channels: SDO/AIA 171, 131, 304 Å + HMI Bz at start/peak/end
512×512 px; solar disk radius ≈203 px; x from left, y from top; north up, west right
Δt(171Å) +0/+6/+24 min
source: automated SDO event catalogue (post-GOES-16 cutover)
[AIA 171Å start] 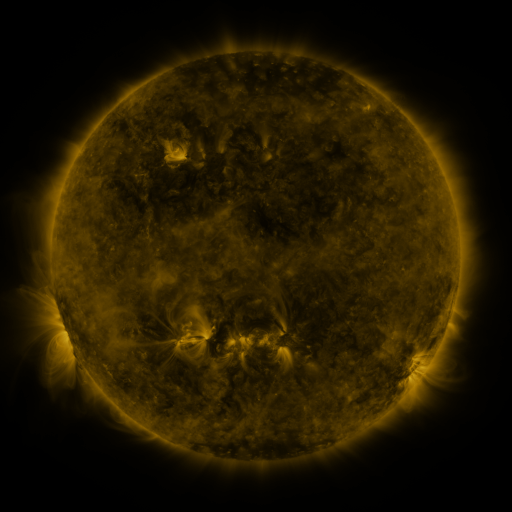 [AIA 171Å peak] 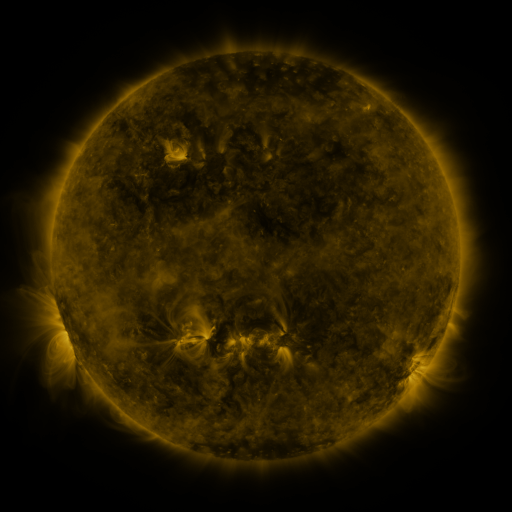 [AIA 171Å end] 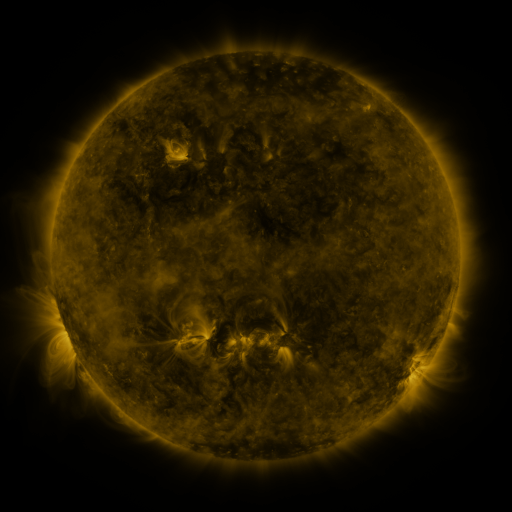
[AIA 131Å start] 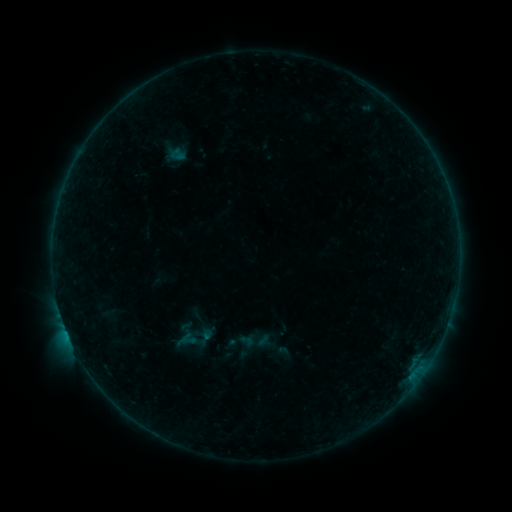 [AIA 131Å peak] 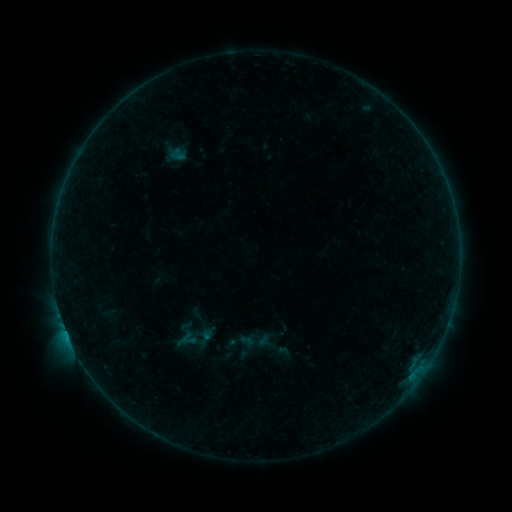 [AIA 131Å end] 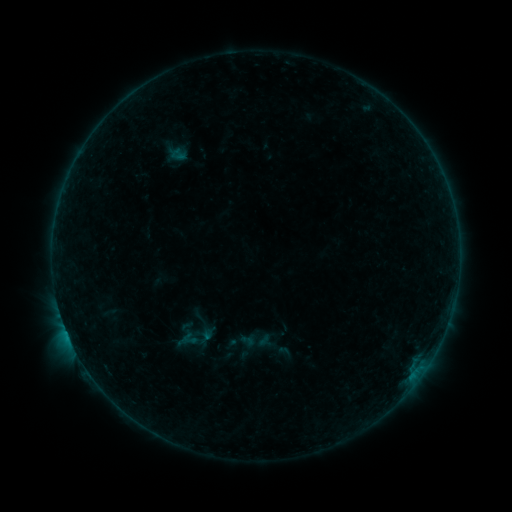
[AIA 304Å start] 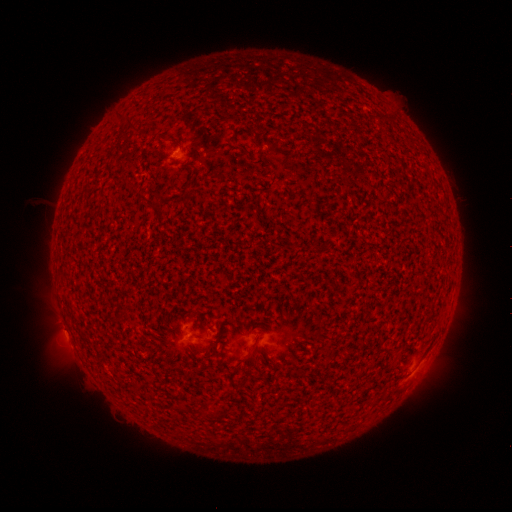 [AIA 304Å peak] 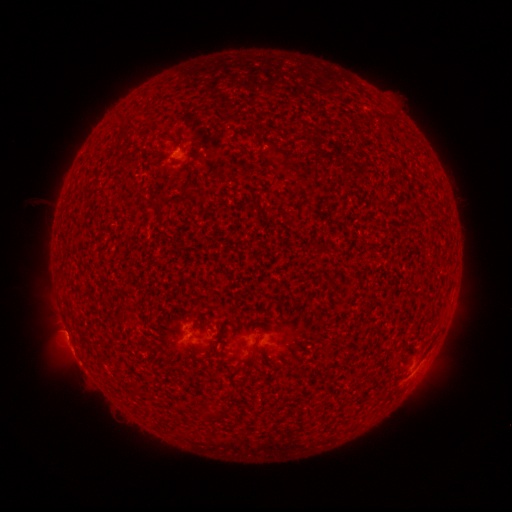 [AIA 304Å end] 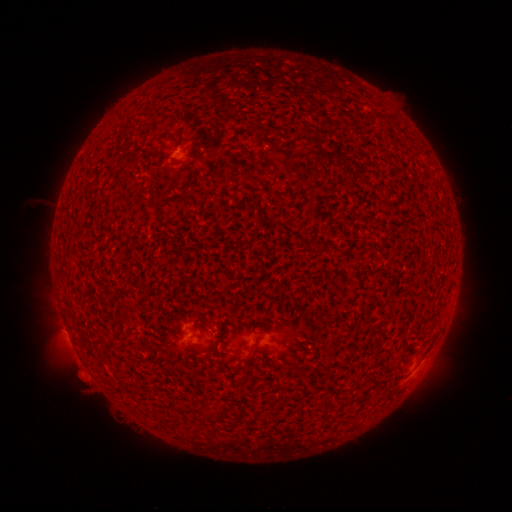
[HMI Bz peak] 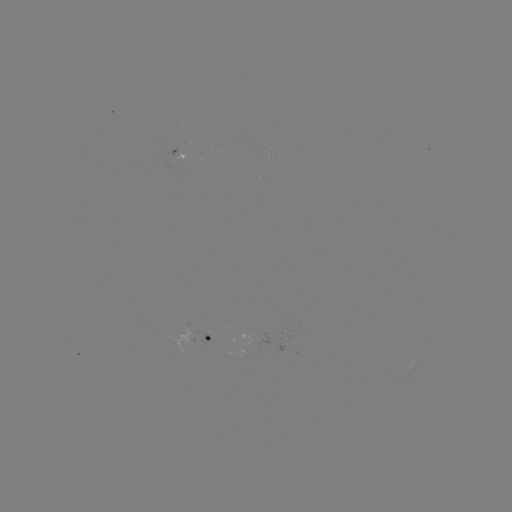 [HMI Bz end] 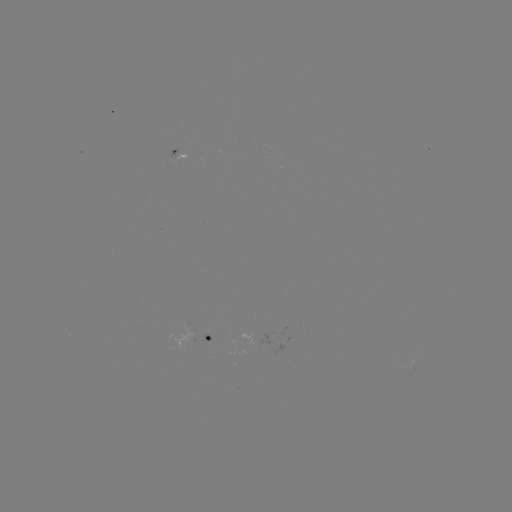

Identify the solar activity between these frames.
B4.7 flare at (69, 335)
